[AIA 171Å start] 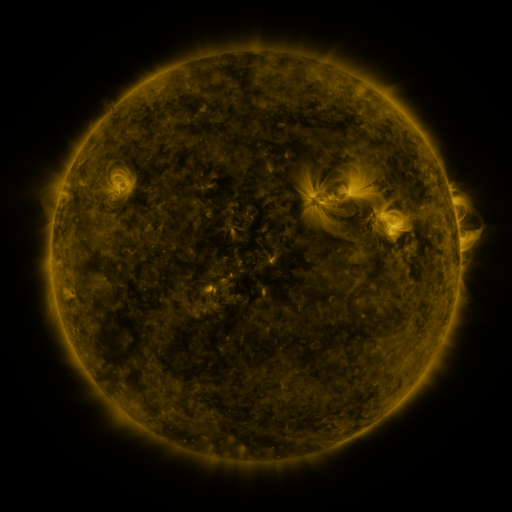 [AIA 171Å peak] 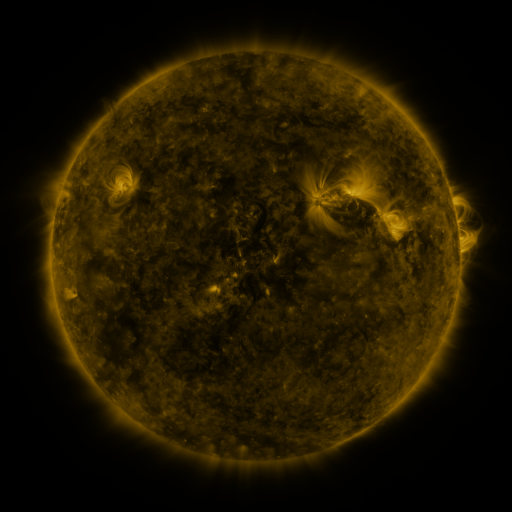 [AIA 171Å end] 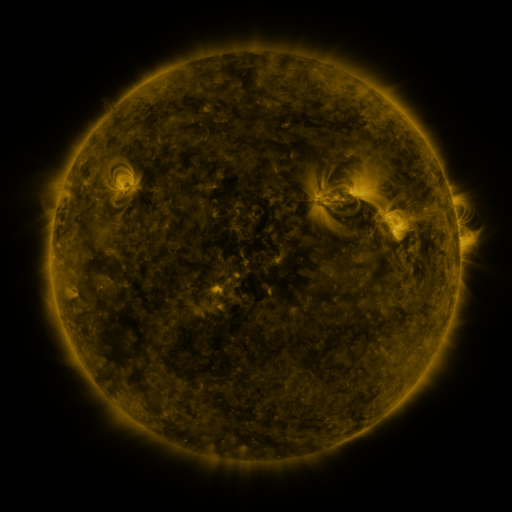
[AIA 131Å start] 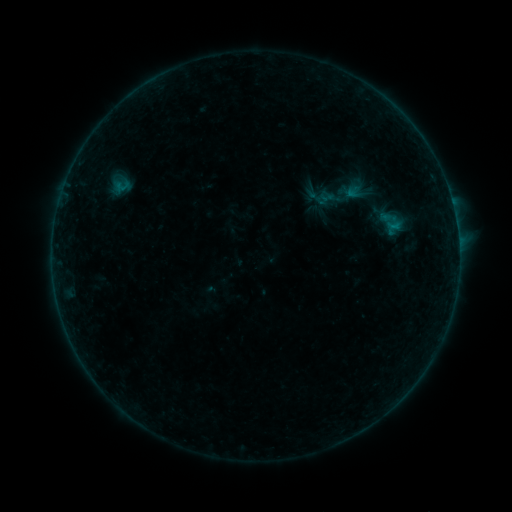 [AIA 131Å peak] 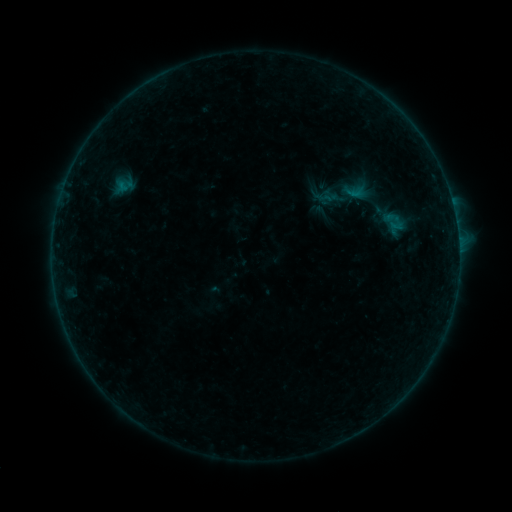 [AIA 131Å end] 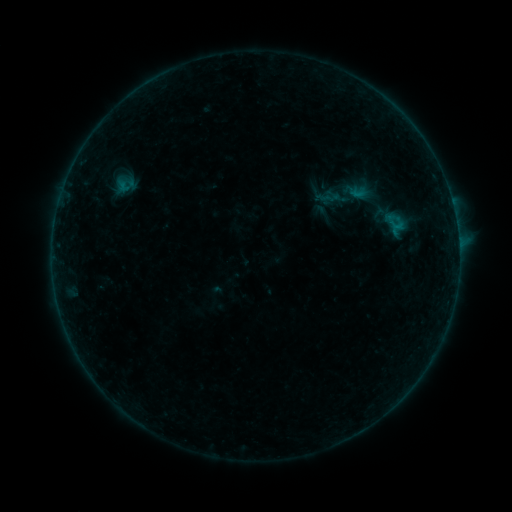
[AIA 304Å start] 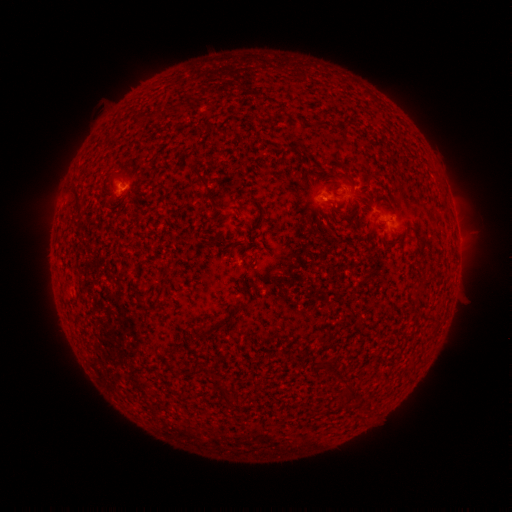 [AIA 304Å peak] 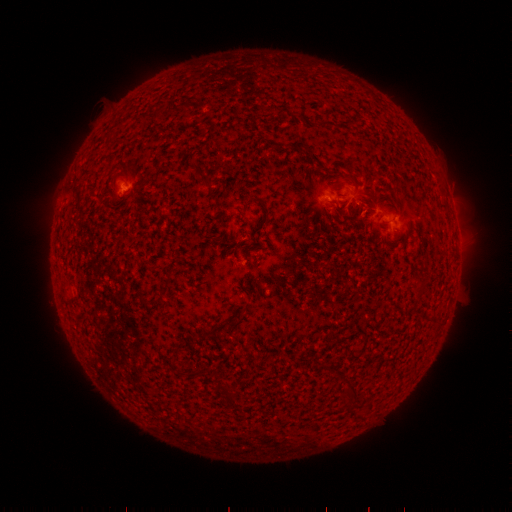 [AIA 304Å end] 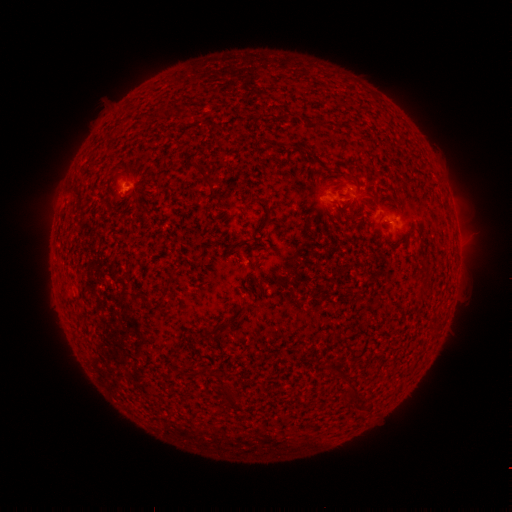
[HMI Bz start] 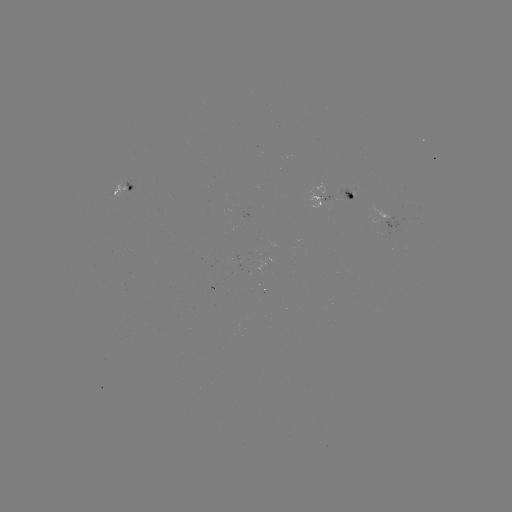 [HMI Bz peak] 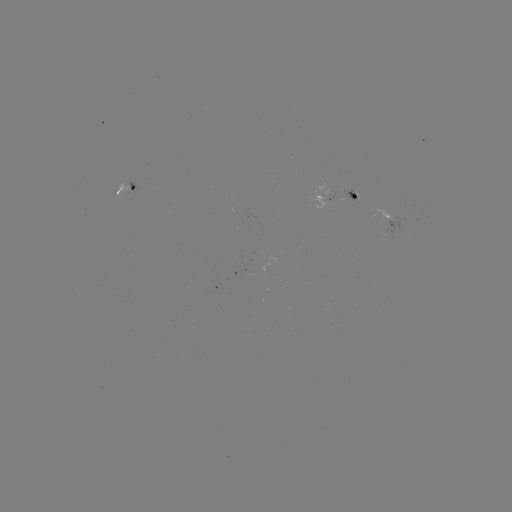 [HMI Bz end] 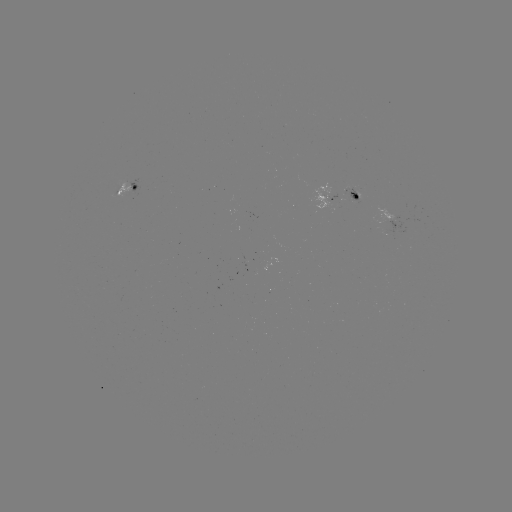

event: emerging-flux region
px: (392, 225)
